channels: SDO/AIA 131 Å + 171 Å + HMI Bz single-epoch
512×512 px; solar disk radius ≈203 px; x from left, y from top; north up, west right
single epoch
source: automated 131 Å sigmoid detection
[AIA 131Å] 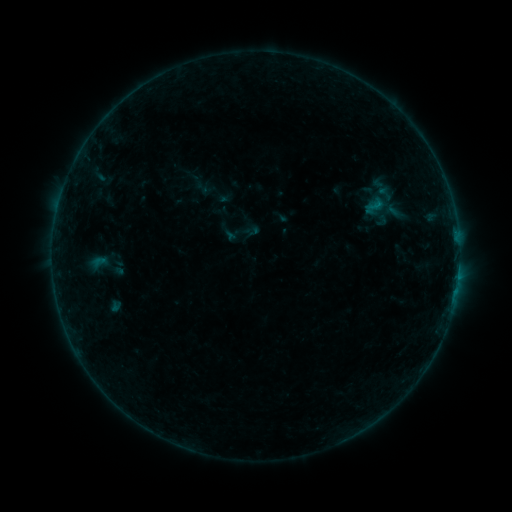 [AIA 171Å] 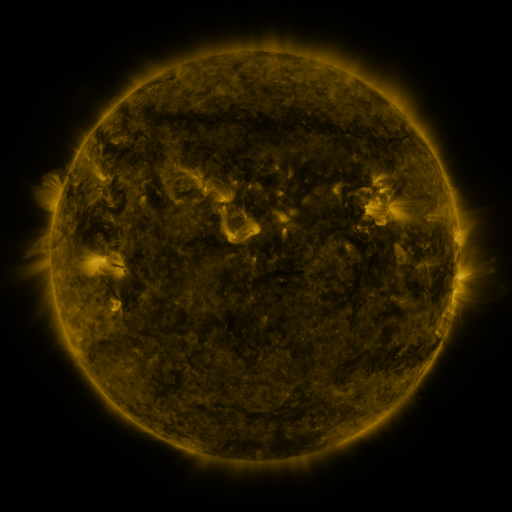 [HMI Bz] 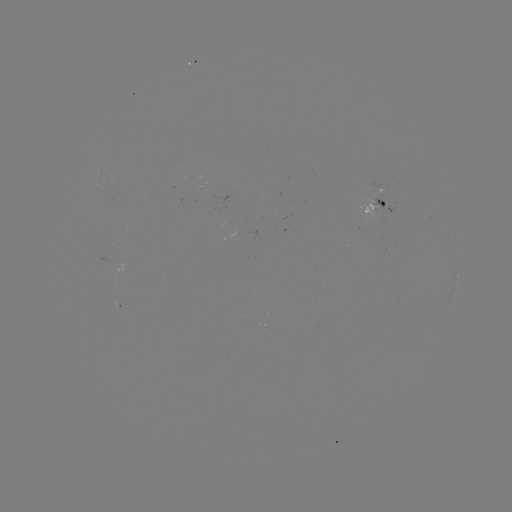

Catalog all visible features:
sigmoid: [372, 184, 398, 204]
